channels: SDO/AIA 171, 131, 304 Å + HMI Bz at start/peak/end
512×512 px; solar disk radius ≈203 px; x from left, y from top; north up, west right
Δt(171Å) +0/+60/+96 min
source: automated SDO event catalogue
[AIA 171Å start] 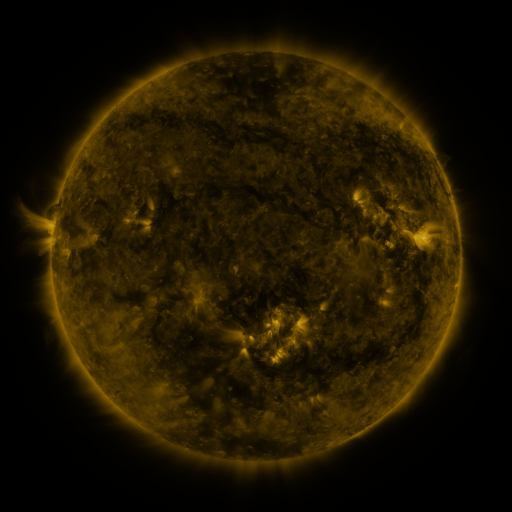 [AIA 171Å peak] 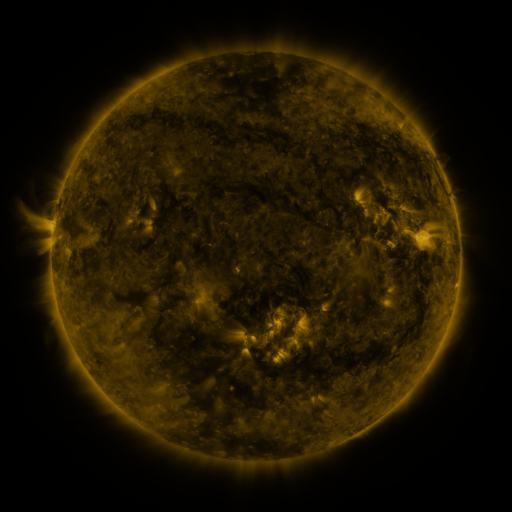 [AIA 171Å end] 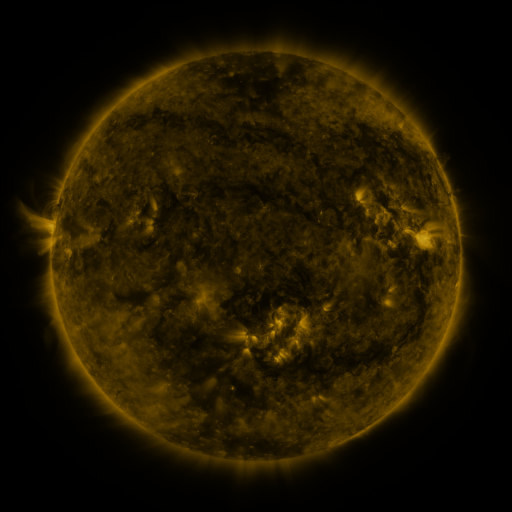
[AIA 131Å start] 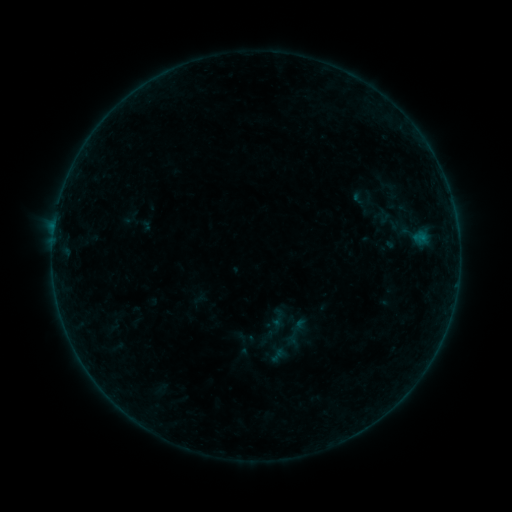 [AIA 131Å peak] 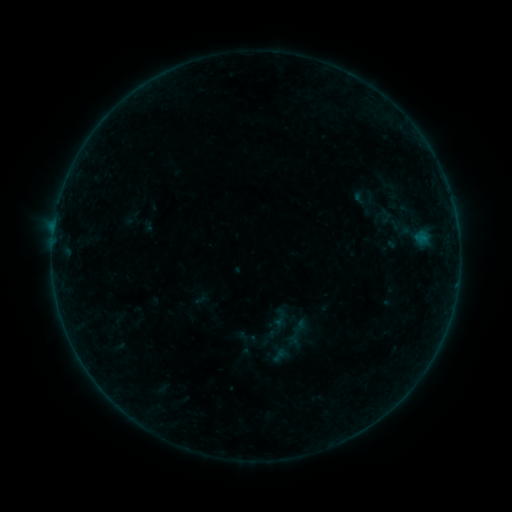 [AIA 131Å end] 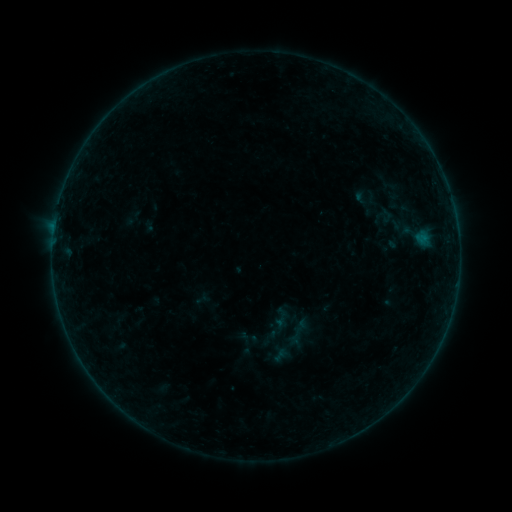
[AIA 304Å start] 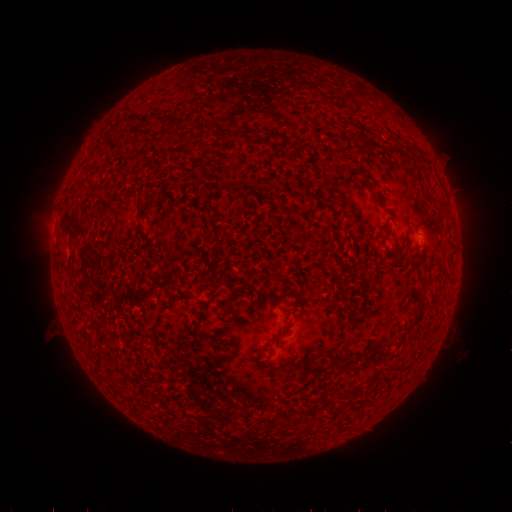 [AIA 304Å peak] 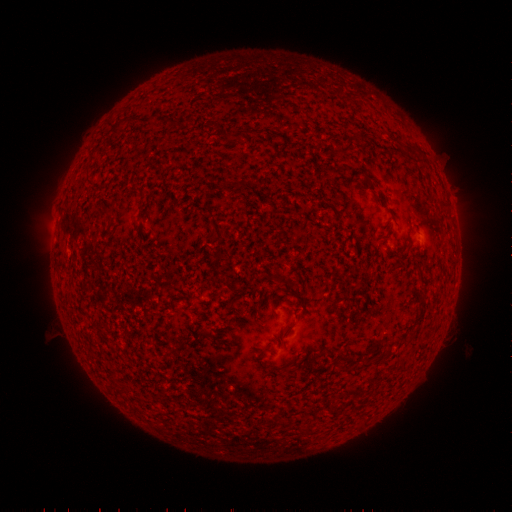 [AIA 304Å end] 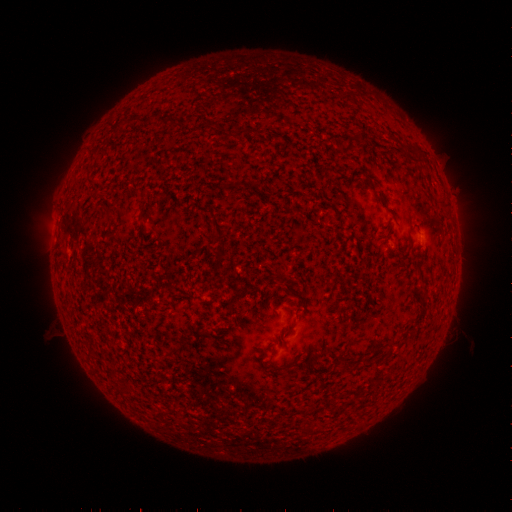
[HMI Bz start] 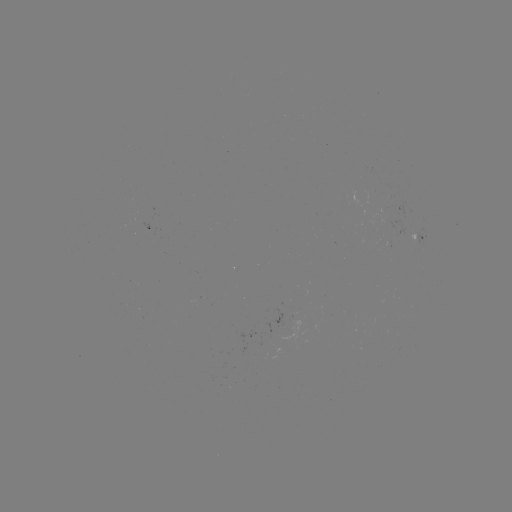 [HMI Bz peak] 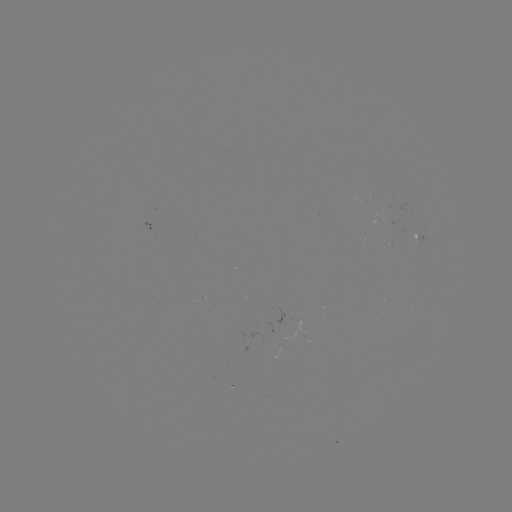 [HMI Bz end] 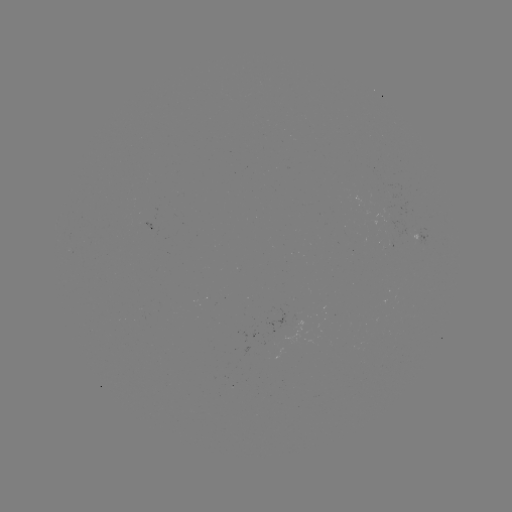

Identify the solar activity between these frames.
emerging-flux region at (386, 210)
